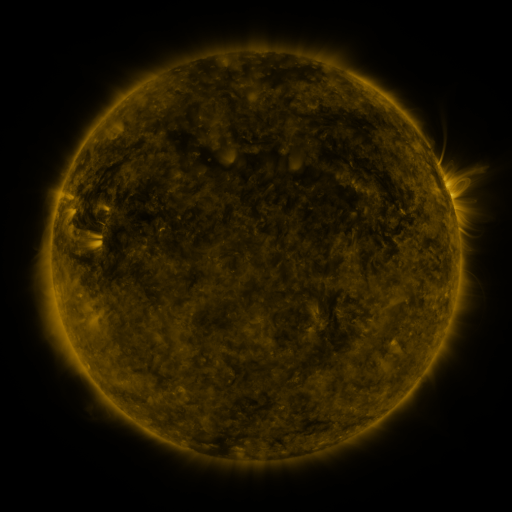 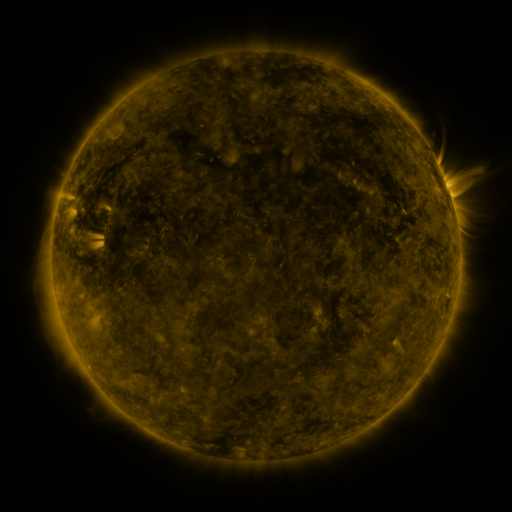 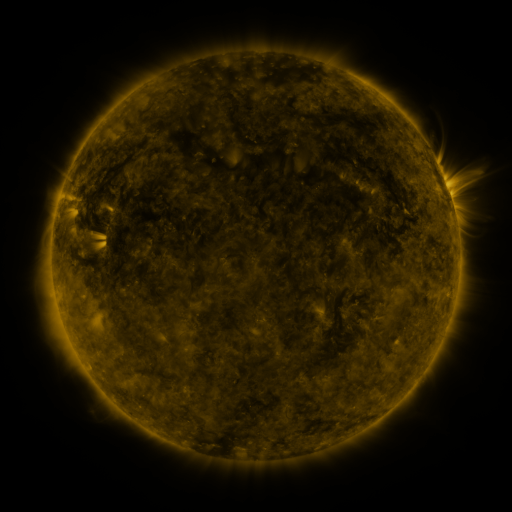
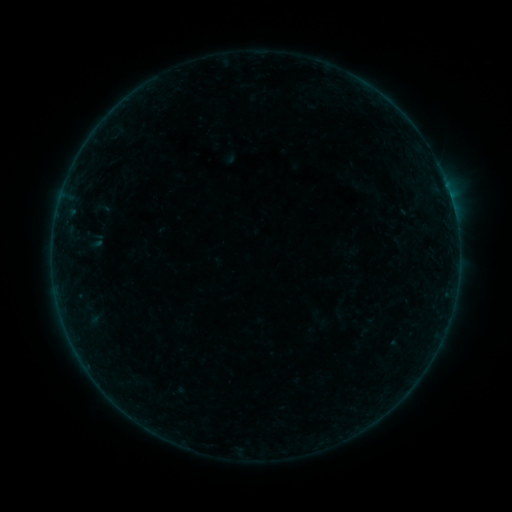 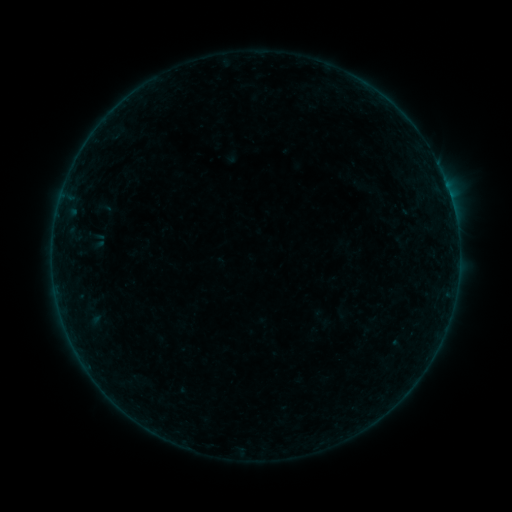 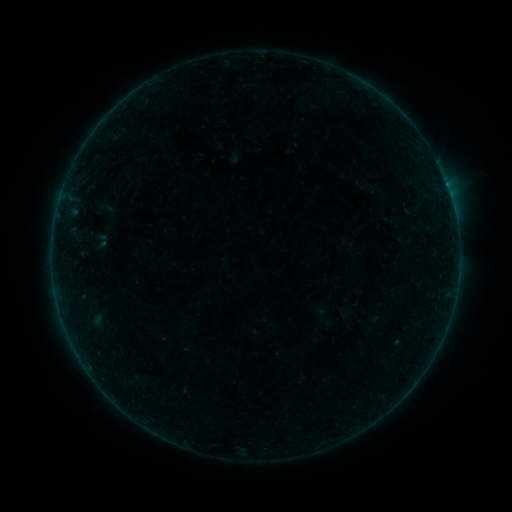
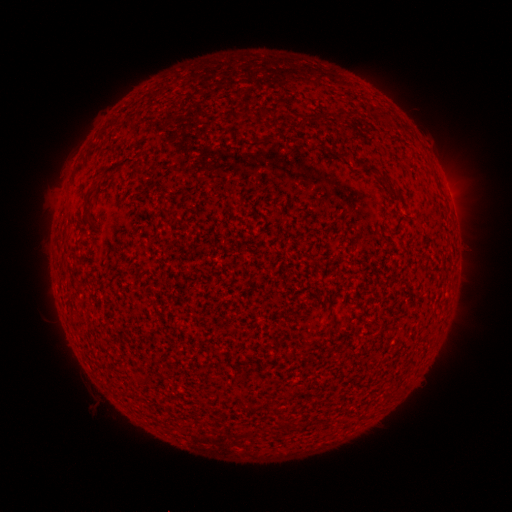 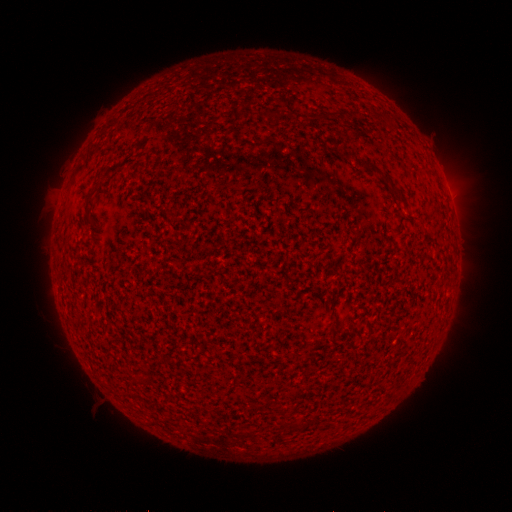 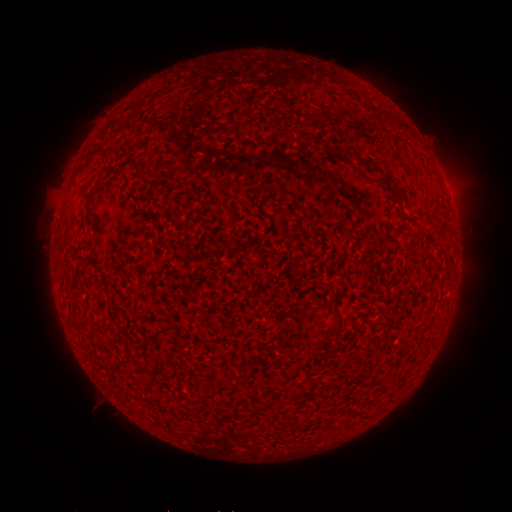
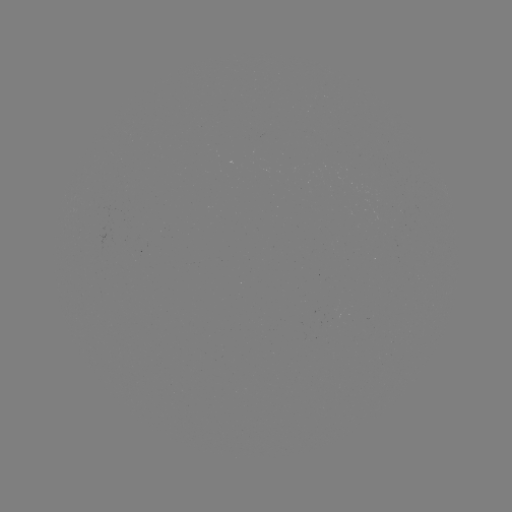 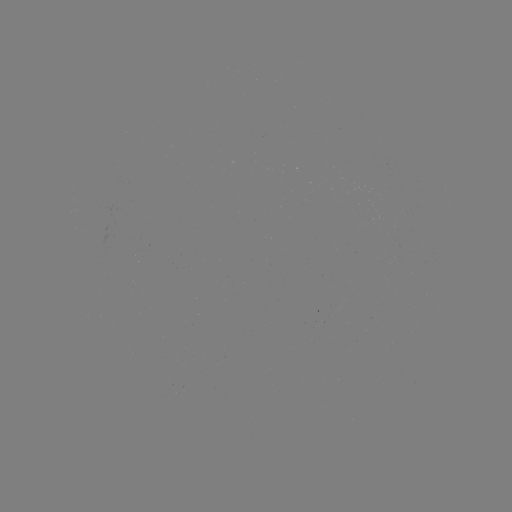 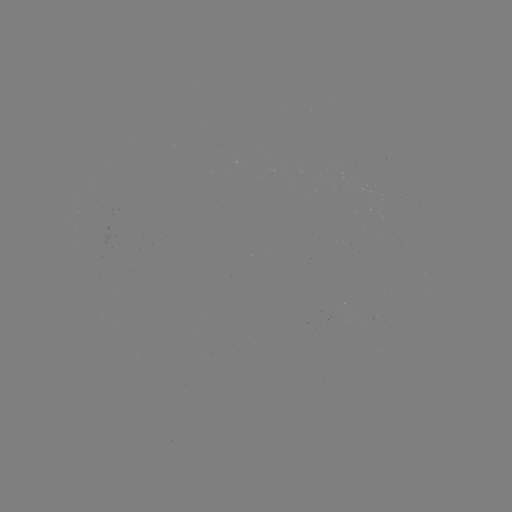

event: flare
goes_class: B2.1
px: (458, 266)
